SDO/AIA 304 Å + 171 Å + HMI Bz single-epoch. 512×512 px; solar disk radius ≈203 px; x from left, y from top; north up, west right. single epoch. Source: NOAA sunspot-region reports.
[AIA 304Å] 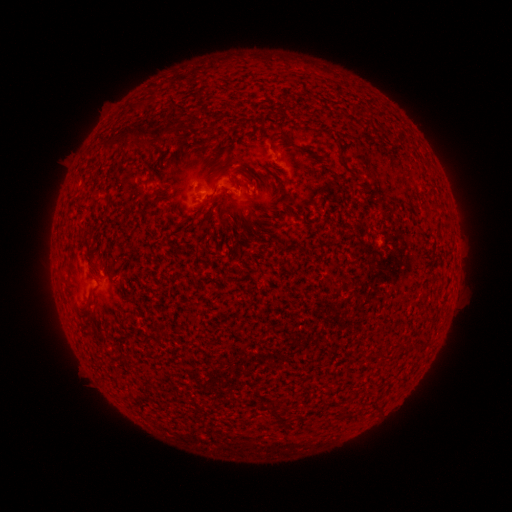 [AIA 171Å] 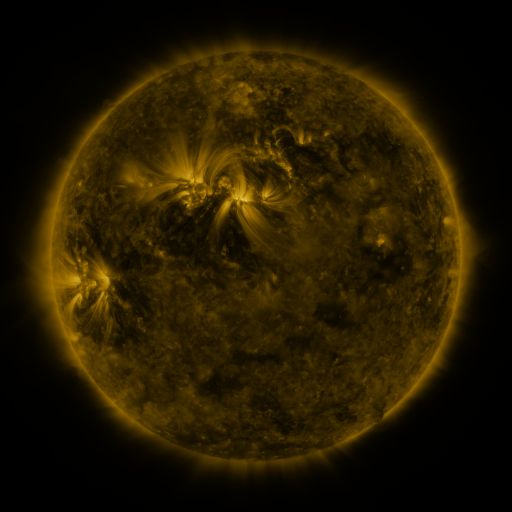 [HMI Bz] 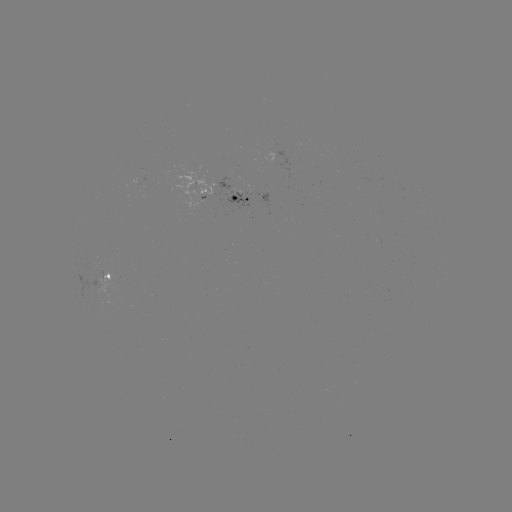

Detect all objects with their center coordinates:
spotted active region: (198, 190)
spotted active region: (242, 196)
spotted active region: (113, 275)
